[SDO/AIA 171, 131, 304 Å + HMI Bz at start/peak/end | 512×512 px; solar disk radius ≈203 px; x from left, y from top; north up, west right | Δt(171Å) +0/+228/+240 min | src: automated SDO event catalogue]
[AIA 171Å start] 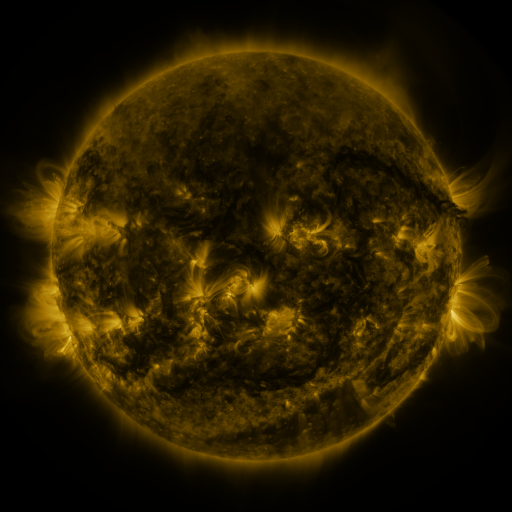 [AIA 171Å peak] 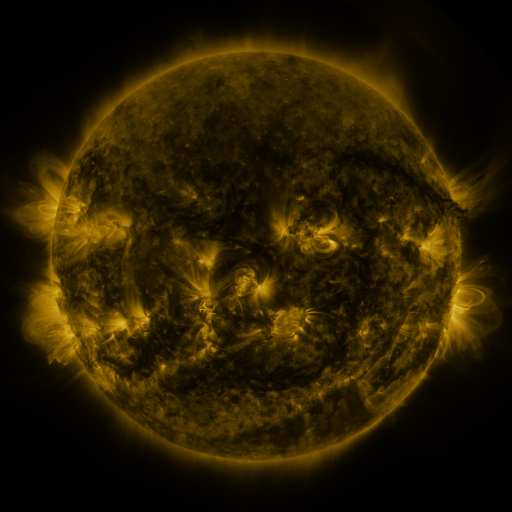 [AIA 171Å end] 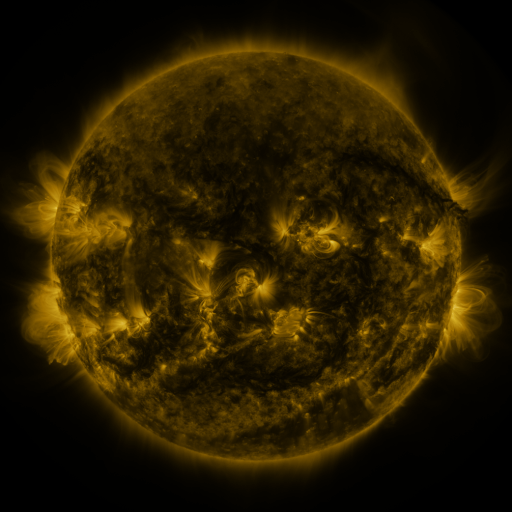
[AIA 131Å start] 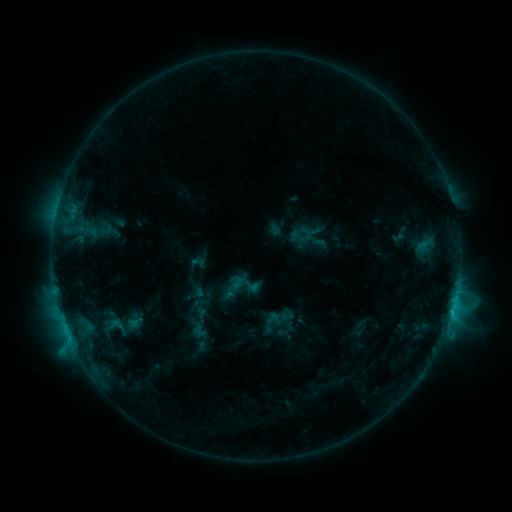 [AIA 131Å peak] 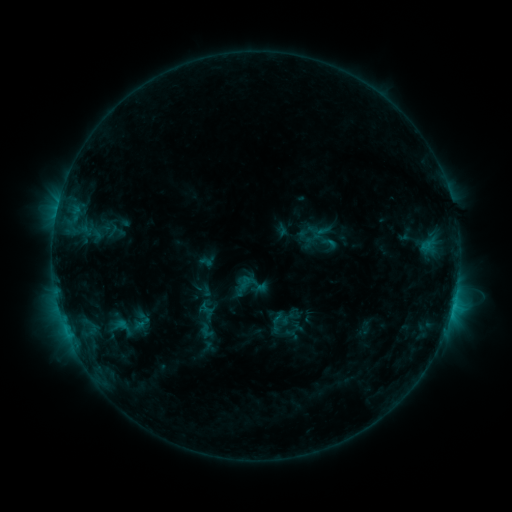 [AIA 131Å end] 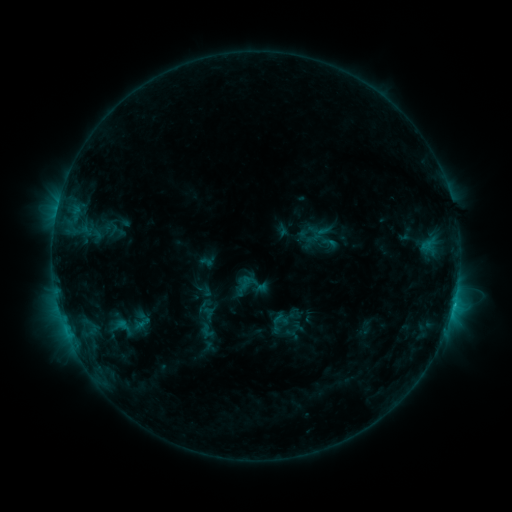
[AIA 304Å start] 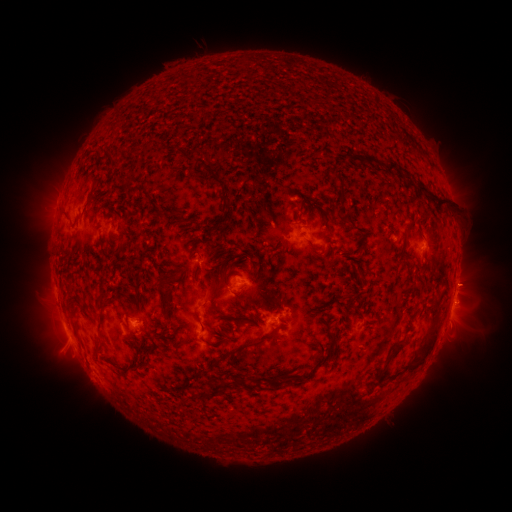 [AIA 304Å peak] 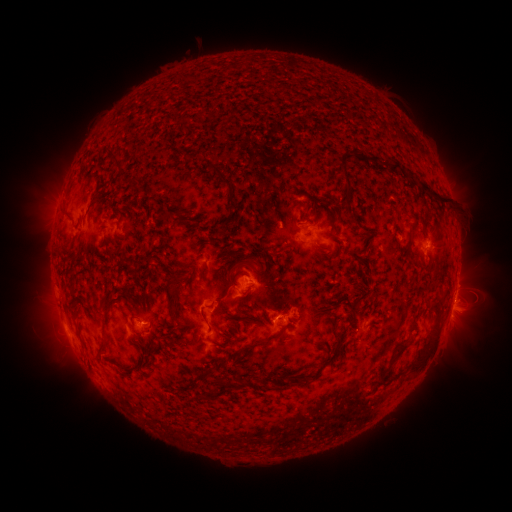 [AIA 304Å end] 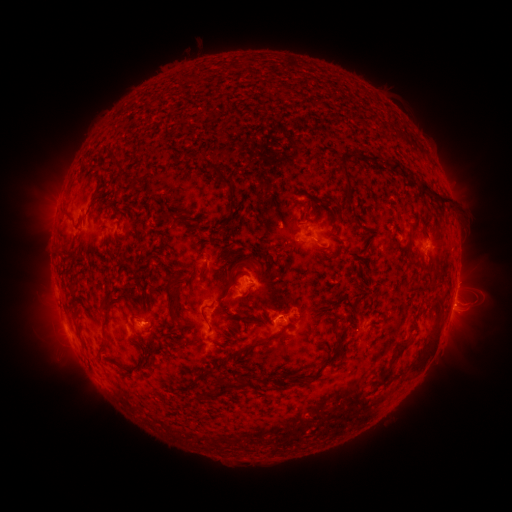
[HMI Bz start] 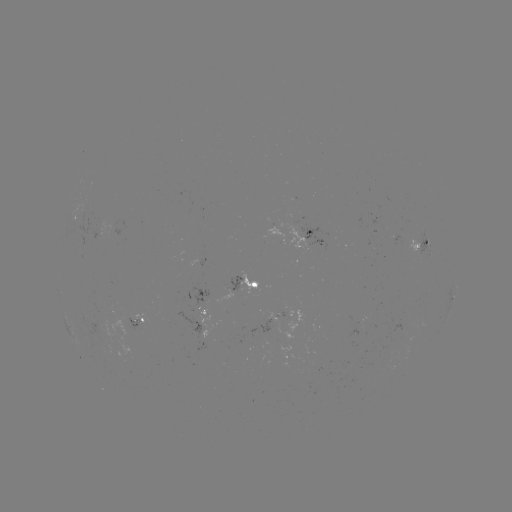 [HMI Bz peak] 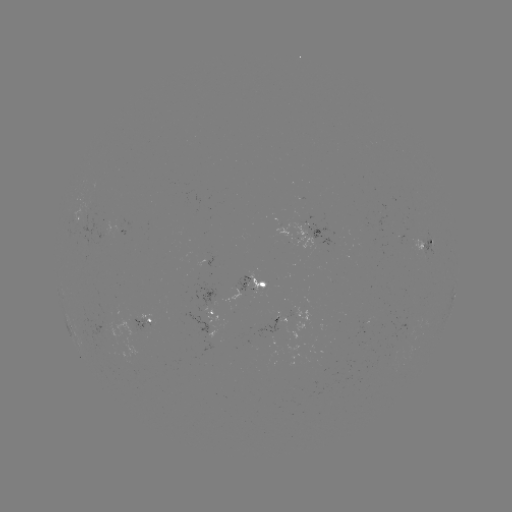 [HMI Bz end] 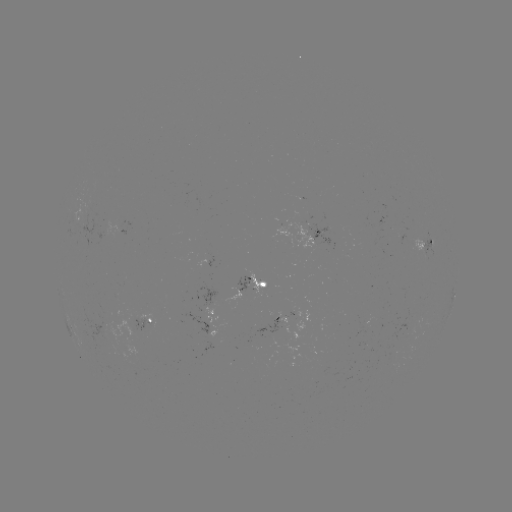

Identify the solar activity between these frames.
emerging-flux region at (102, 328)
